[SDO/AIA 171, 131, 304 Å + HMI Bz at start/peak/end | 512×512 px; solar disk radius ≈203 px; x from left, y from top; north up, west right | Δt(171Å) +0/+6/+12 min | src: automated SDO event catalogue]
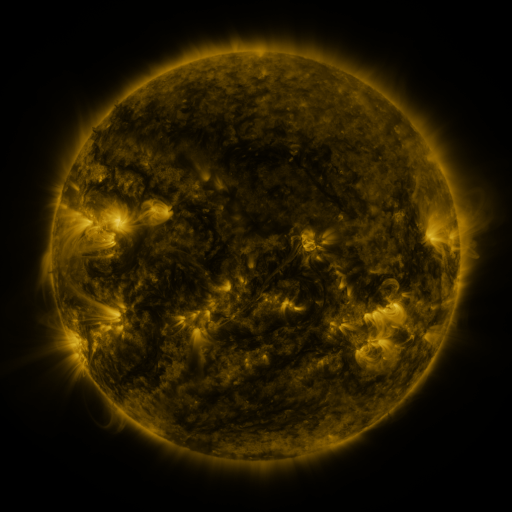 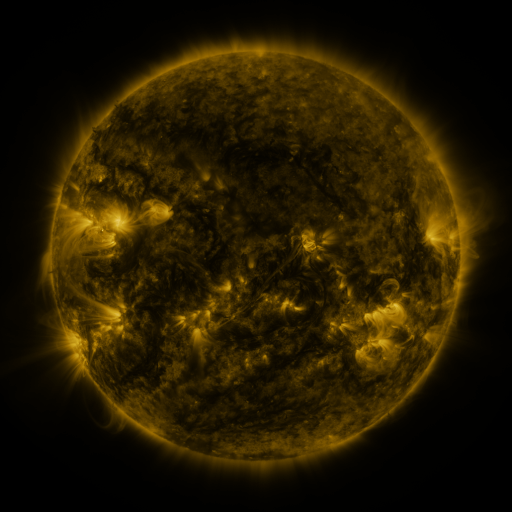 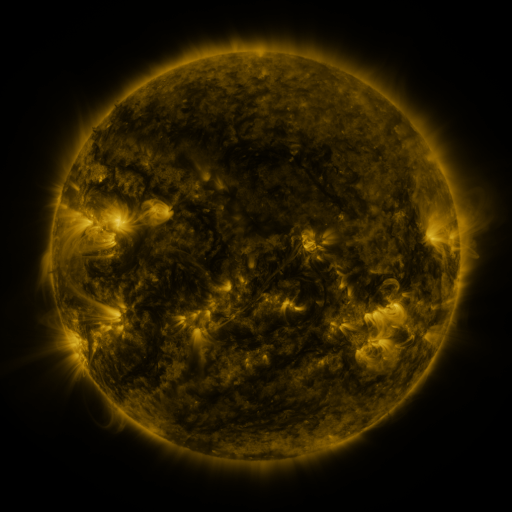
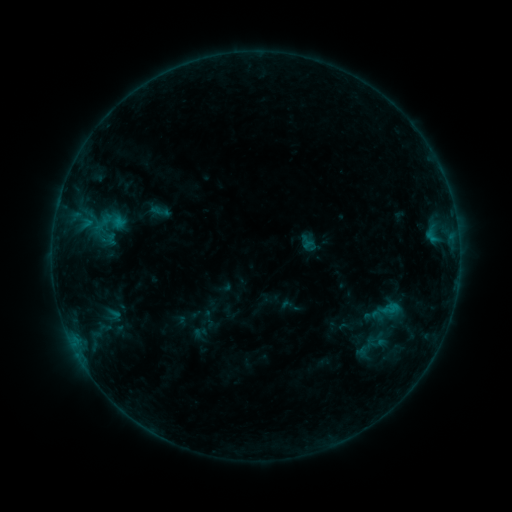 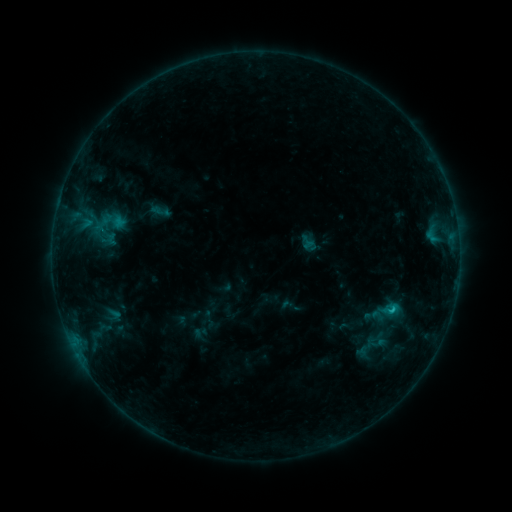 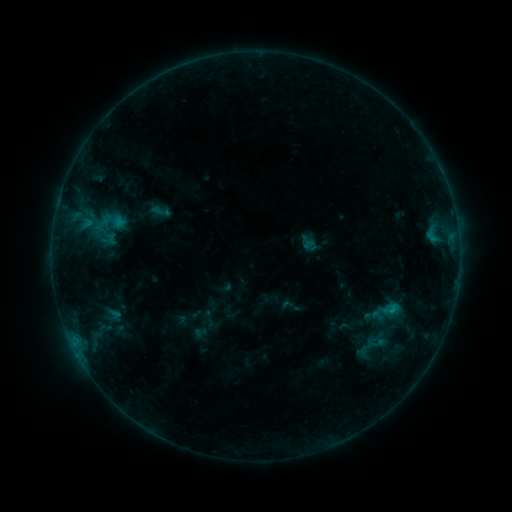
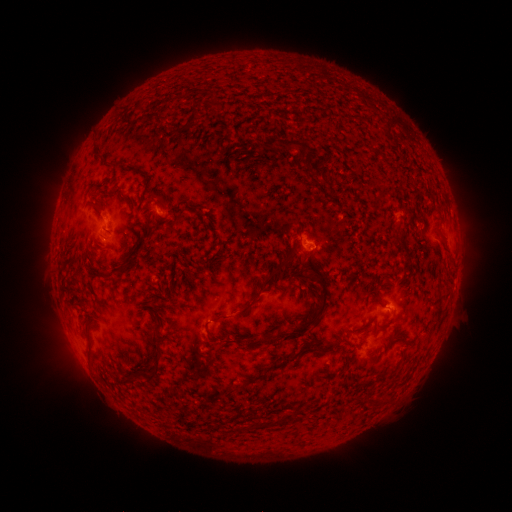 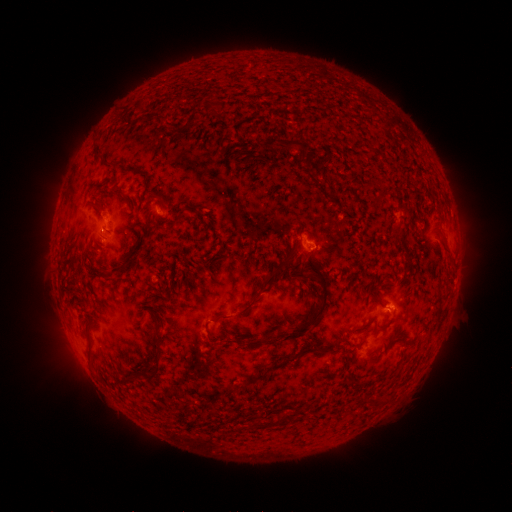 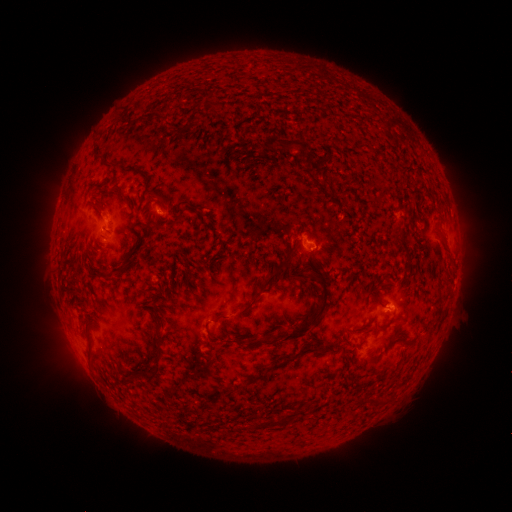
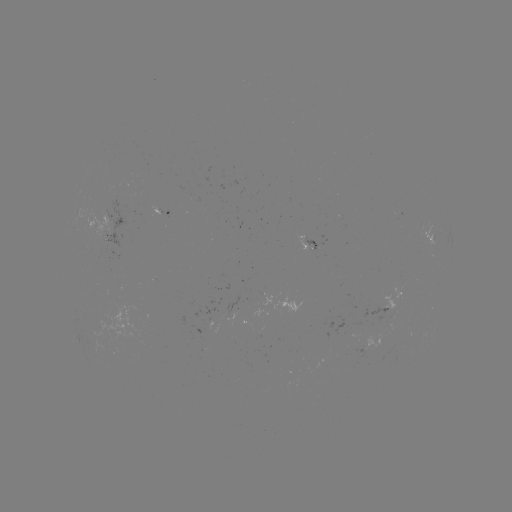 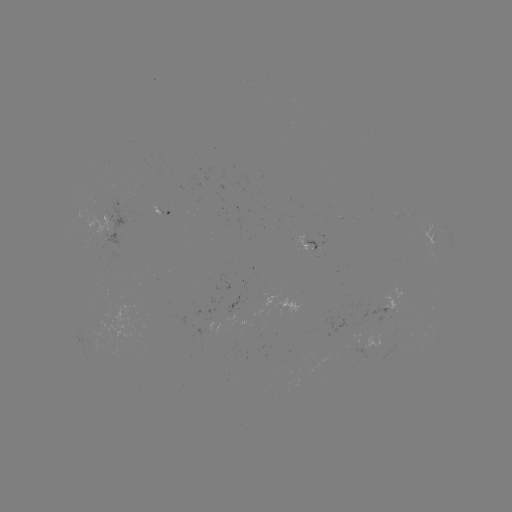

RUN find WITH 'B5.4 flare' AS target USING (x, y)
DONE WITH (391, 308) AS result